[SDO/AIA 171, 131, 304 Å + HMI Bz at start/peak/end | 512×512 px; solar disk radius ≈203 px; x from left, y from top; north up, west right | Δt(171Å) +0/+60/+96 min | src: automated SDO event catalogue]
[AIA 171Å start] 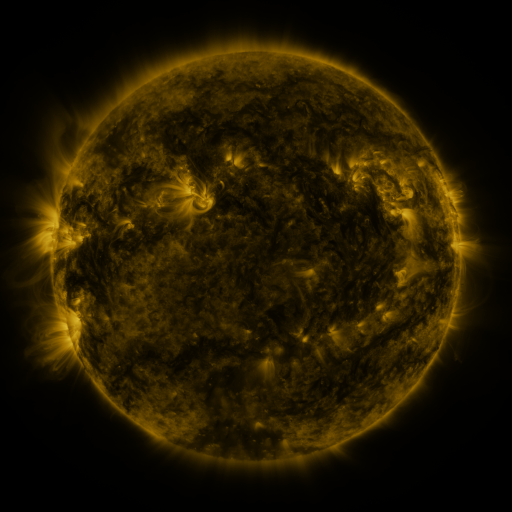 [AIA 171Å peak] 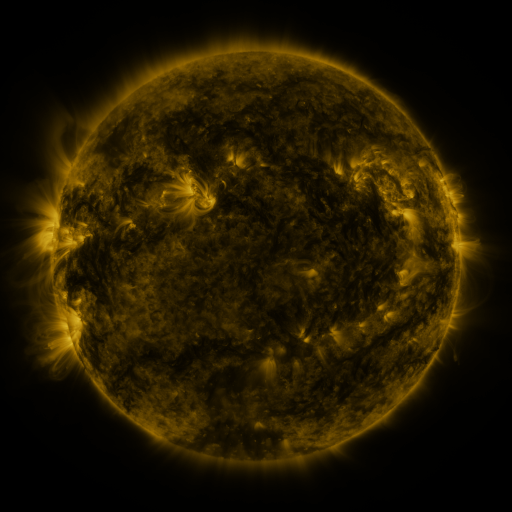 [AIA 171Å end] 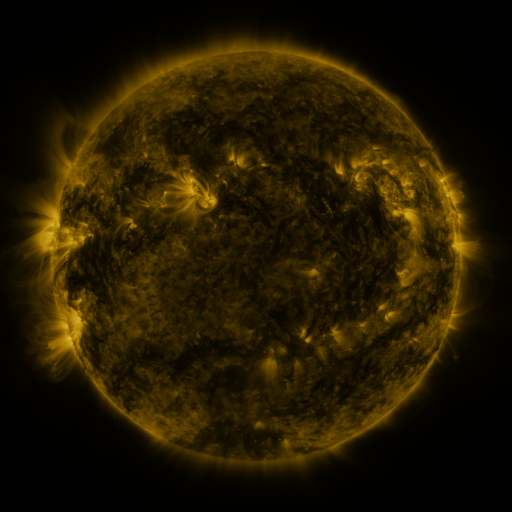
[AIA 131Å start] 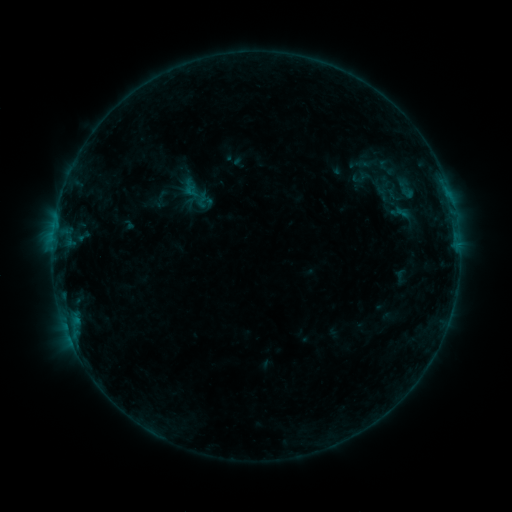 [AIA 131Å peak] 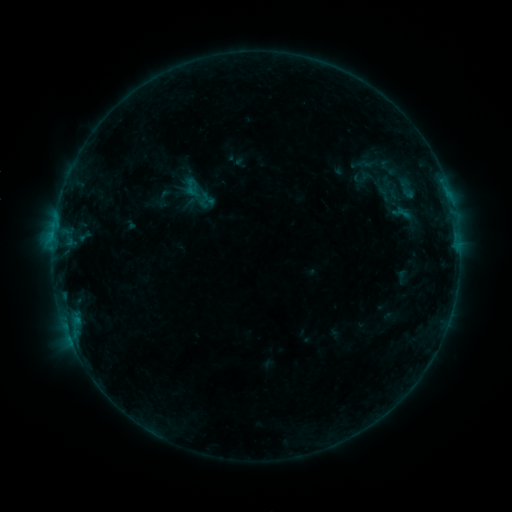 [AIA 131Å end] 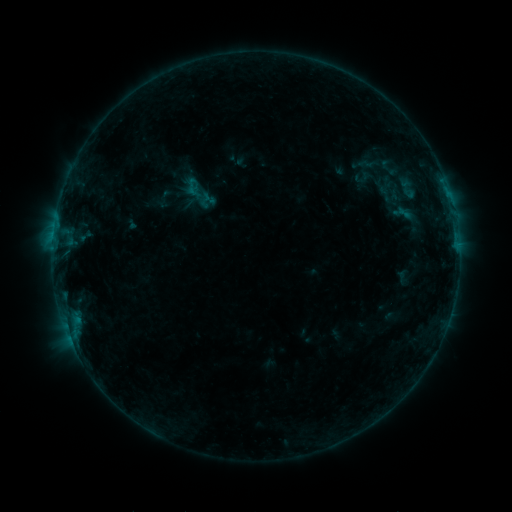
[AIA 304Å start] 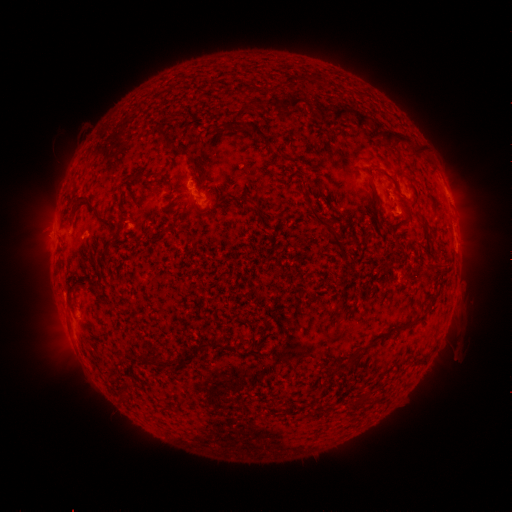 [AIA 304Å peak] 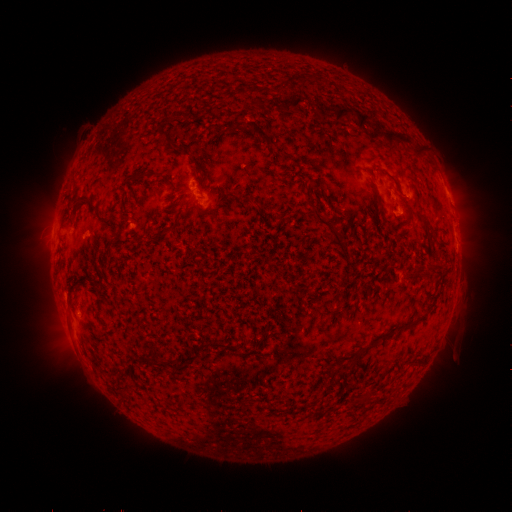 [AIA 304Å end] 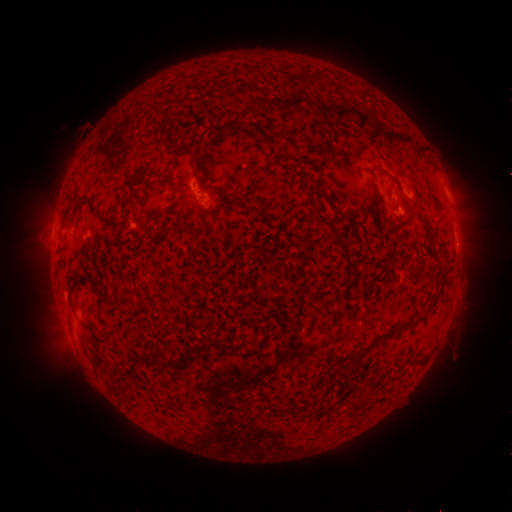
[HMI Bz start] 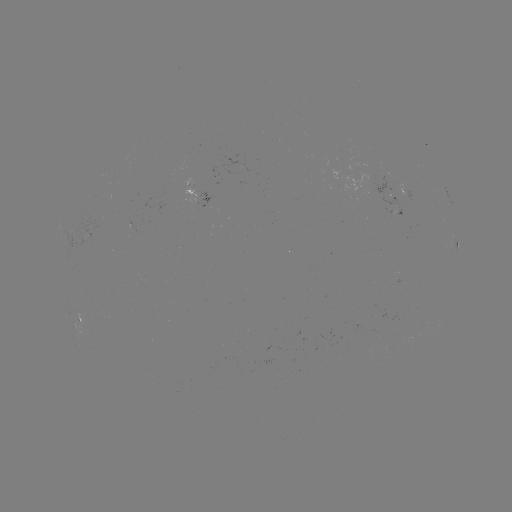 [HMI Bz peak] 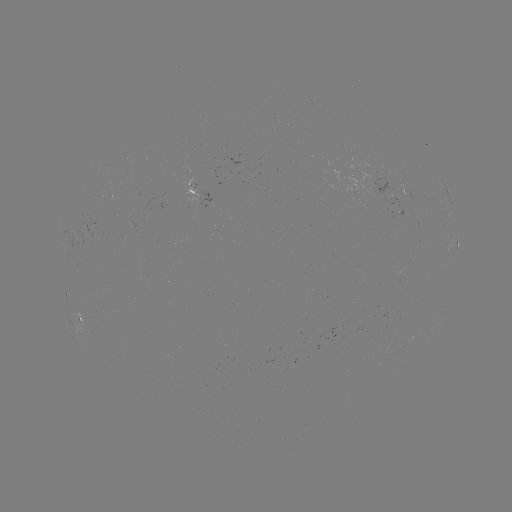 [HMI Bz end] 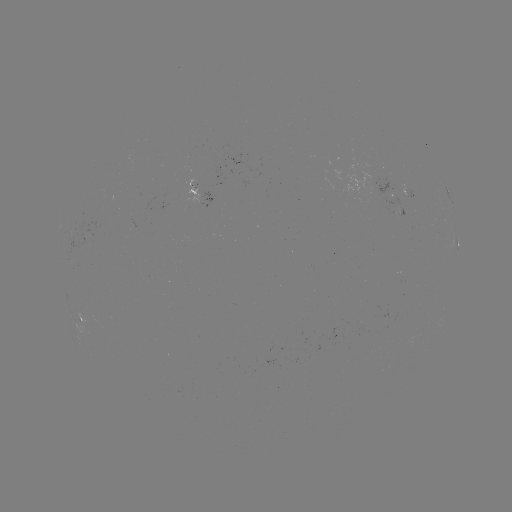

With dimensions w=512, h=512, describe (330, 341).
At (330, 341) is emerging-flux region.